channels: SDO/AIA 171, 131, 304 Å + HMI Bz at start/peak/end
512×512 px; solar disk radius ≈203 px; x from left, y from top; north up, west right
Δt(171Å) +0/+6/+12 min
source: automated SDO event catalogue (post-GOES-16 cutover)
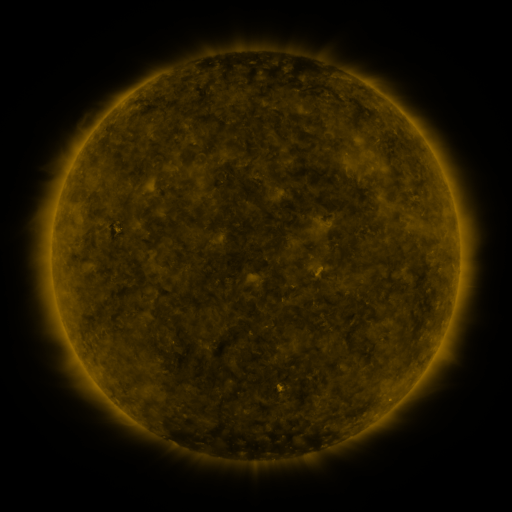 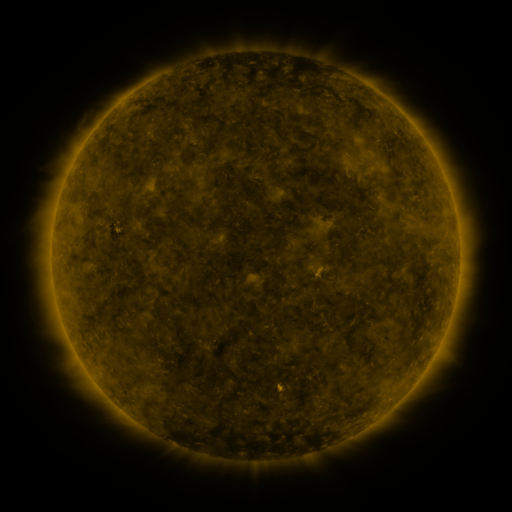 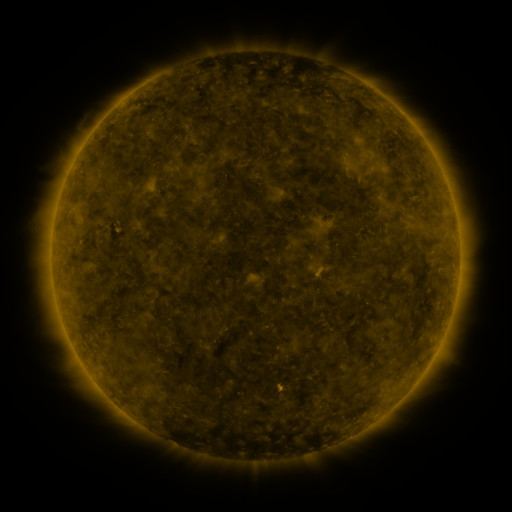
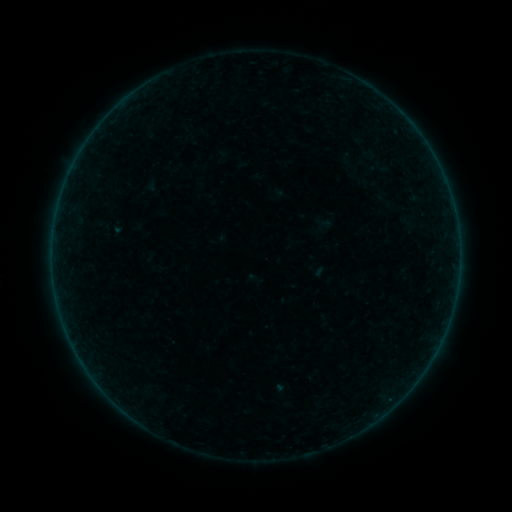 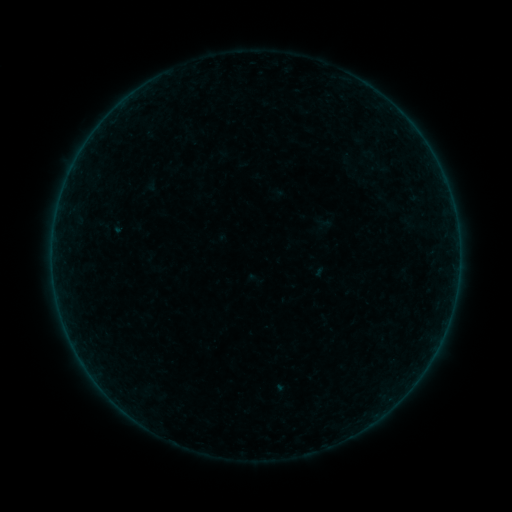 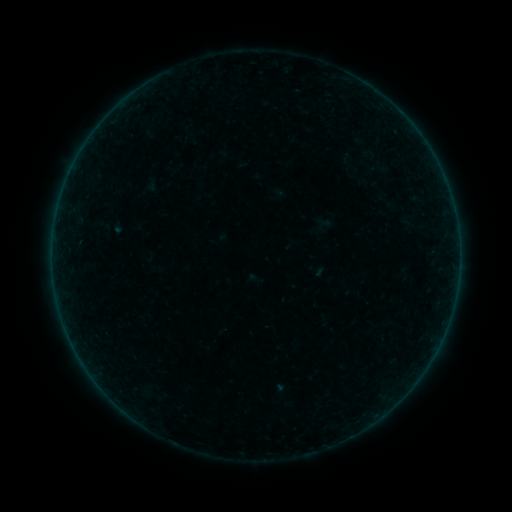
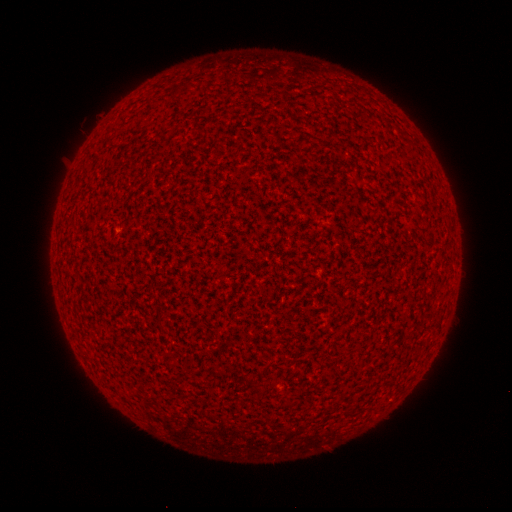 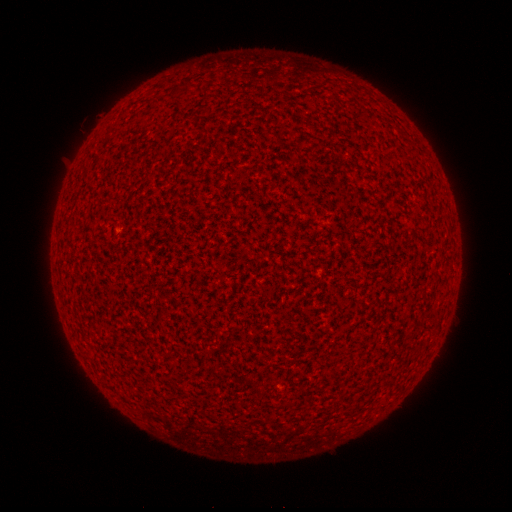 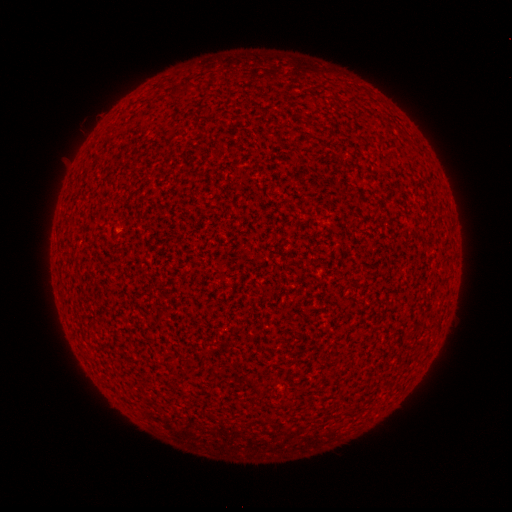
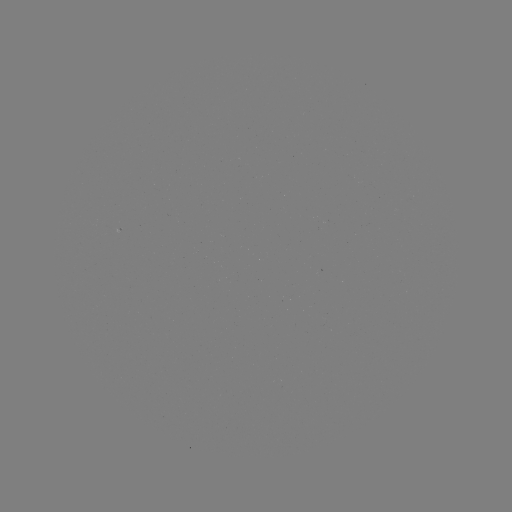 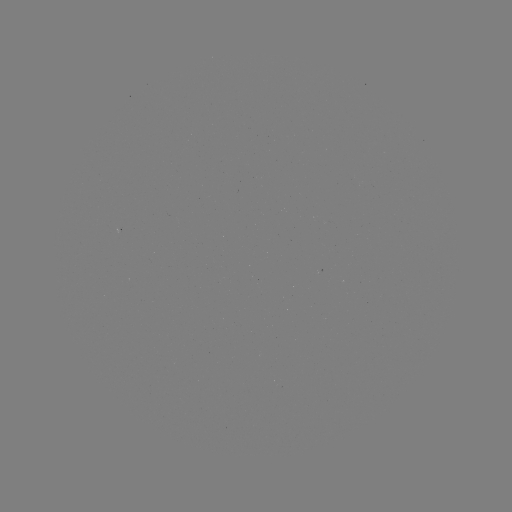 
nothing was catalogued: no classed flare, no EUV trigger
